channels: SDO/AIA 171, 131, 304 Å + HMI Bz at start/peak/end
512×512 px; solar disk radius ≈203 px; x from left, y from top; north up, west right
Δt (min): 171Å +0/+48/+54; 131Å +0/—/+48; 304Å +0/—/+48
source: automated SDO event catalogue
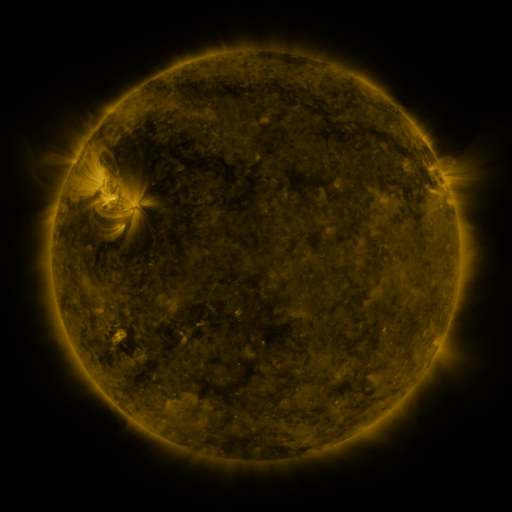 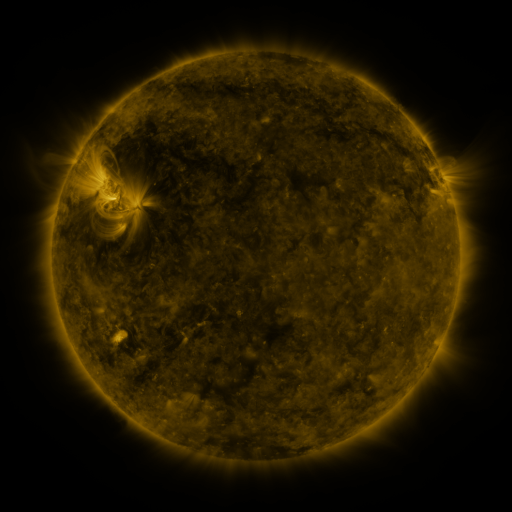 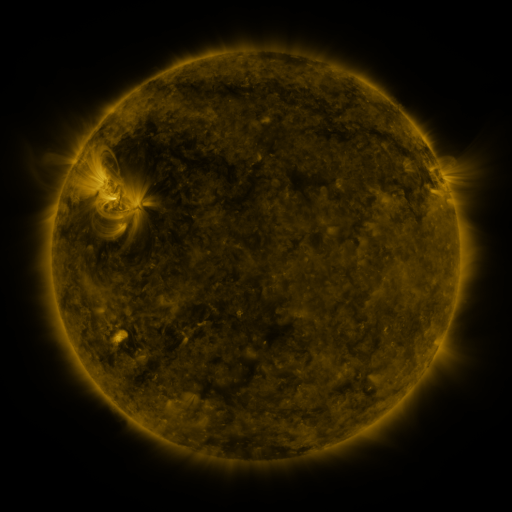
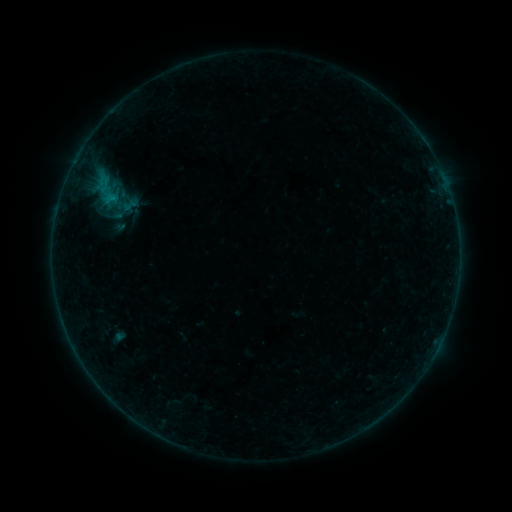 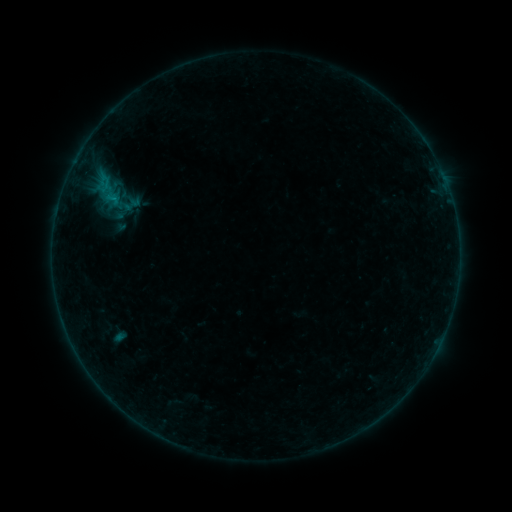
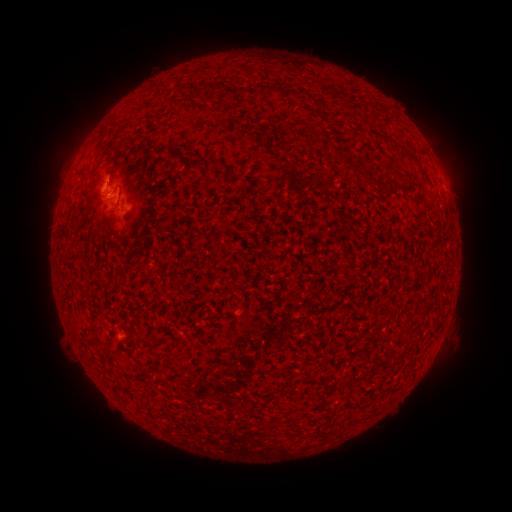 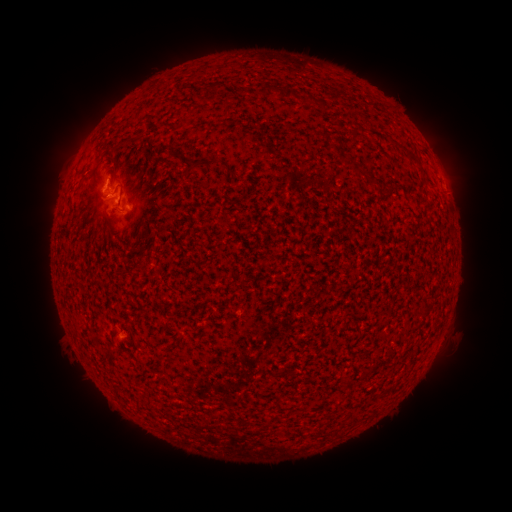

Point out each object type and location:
B4.5 flare: (101, 194)
